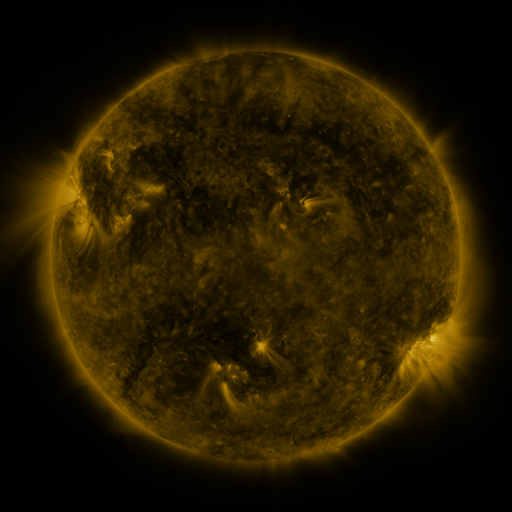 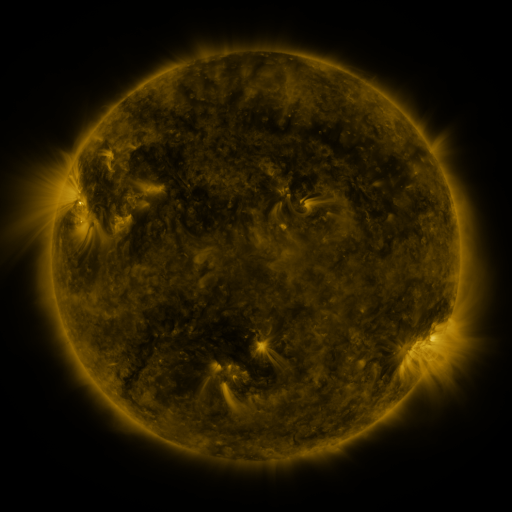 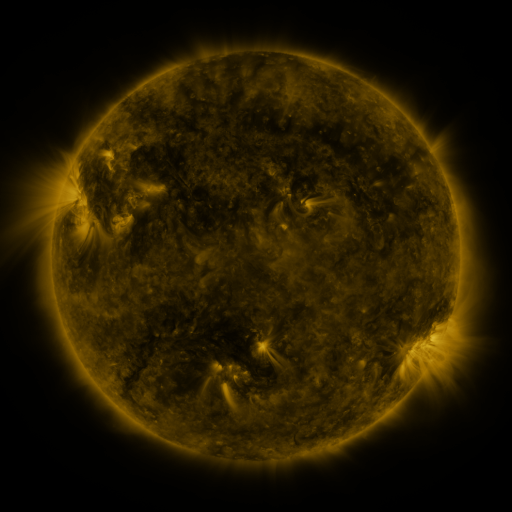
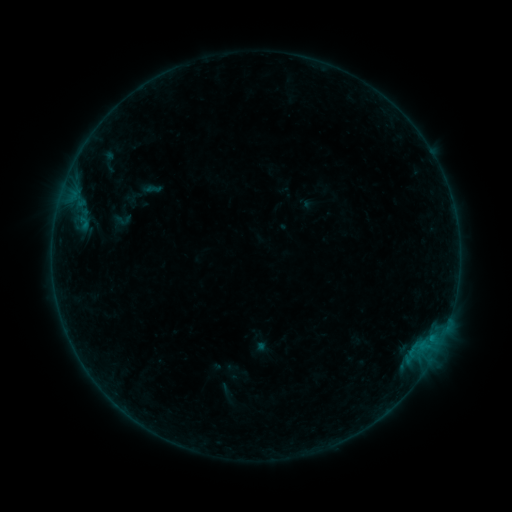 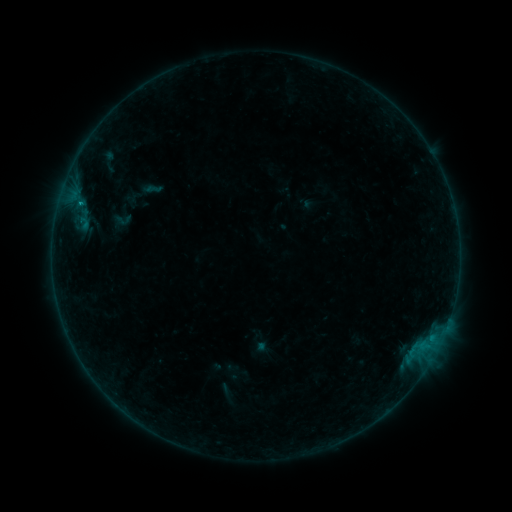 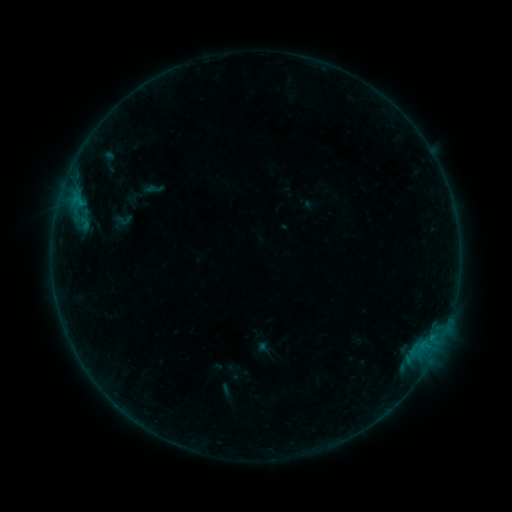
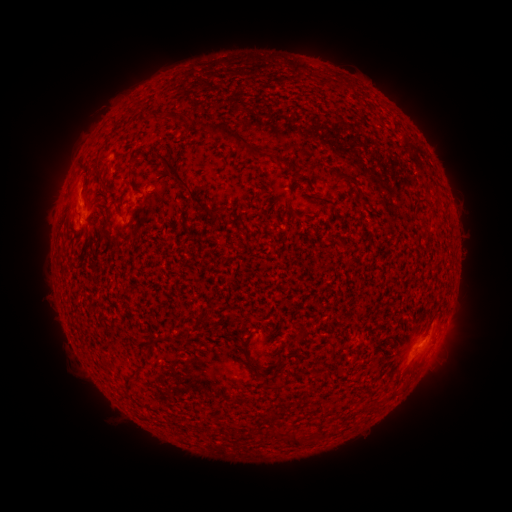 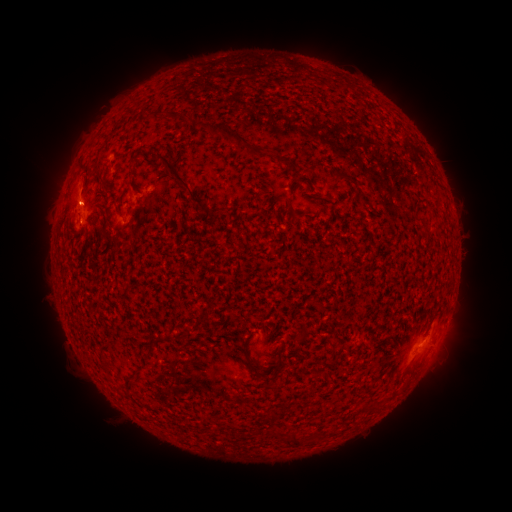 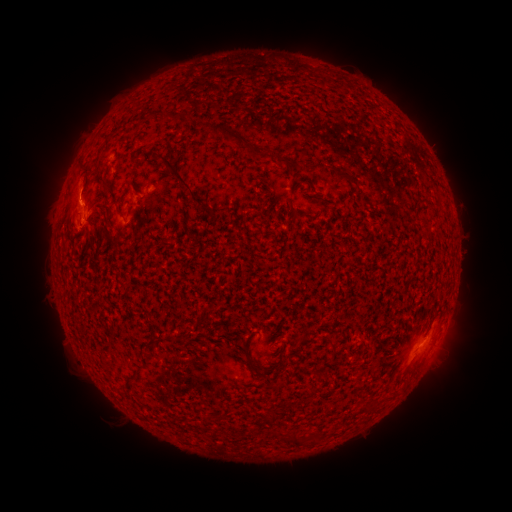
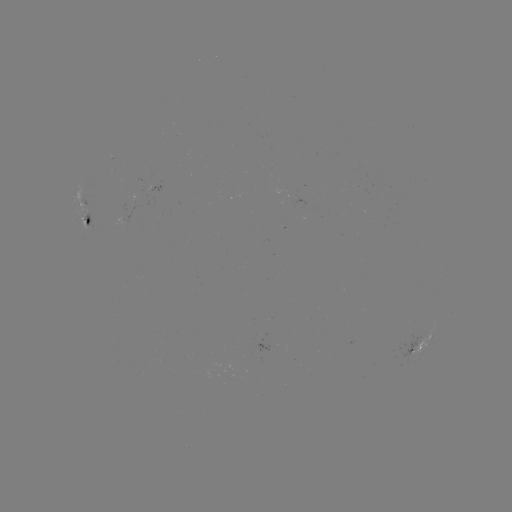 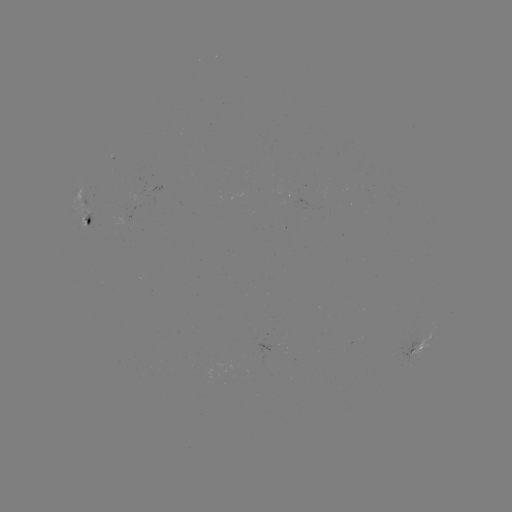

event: flare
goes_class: B9.0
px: (80, 205)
